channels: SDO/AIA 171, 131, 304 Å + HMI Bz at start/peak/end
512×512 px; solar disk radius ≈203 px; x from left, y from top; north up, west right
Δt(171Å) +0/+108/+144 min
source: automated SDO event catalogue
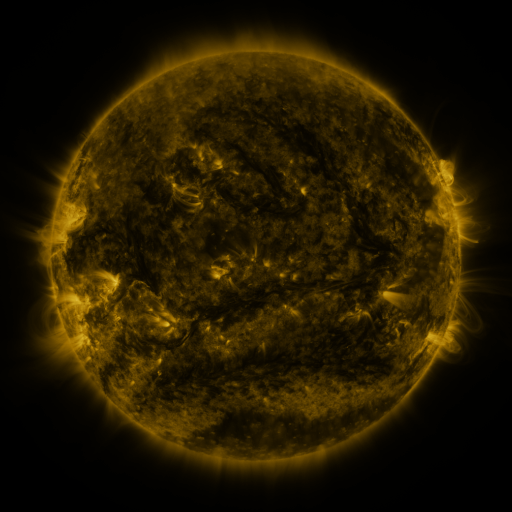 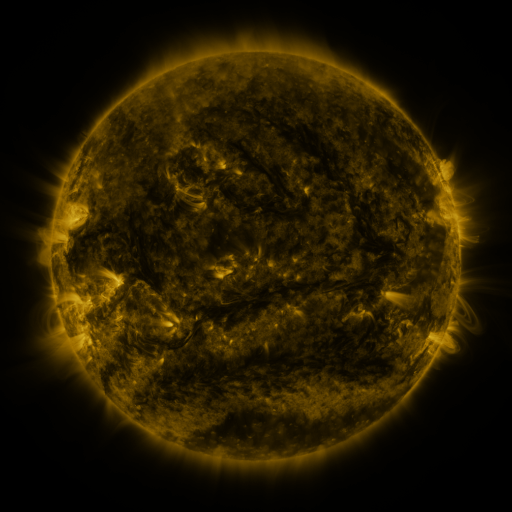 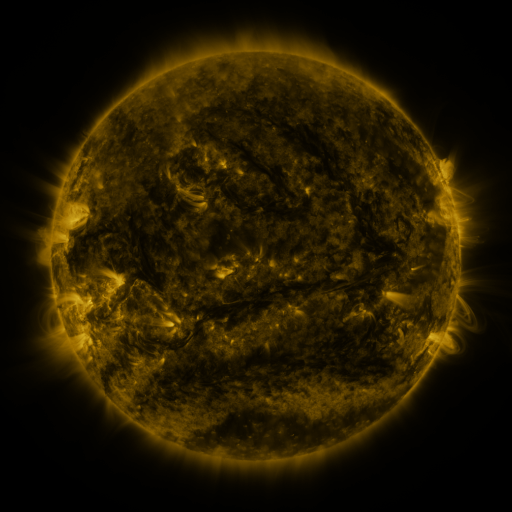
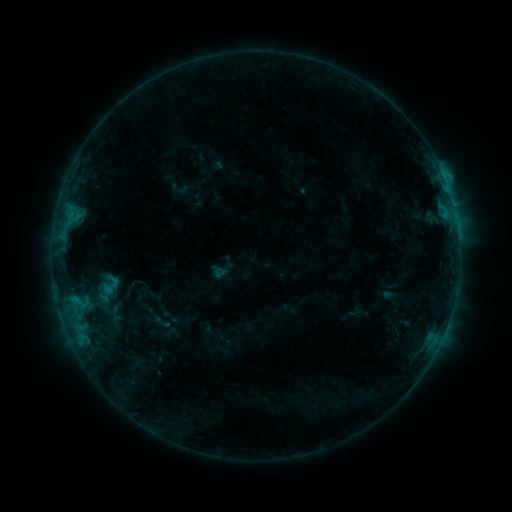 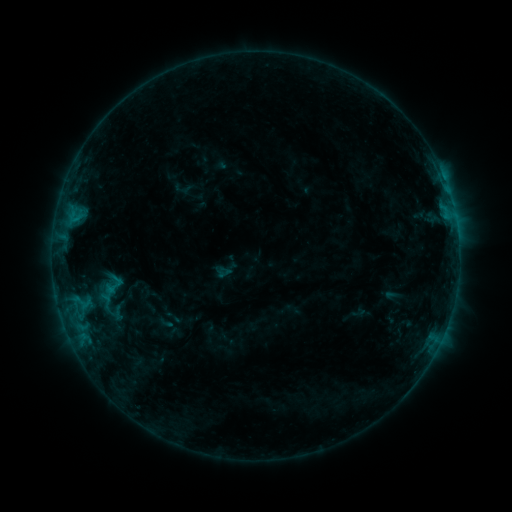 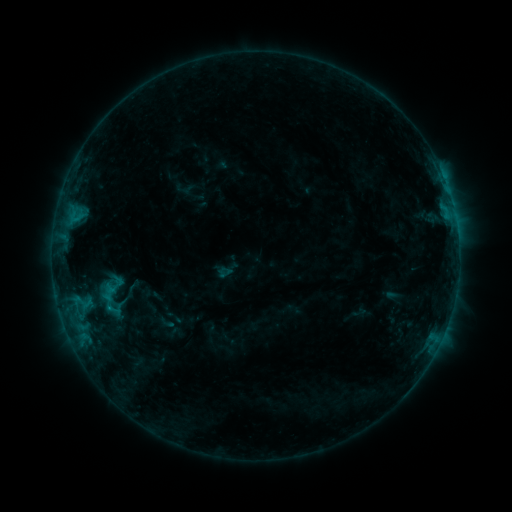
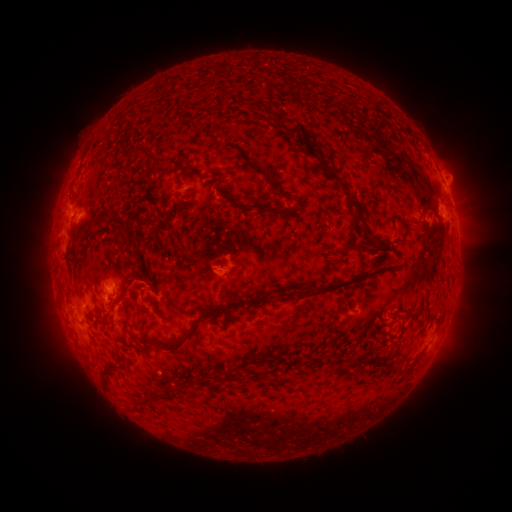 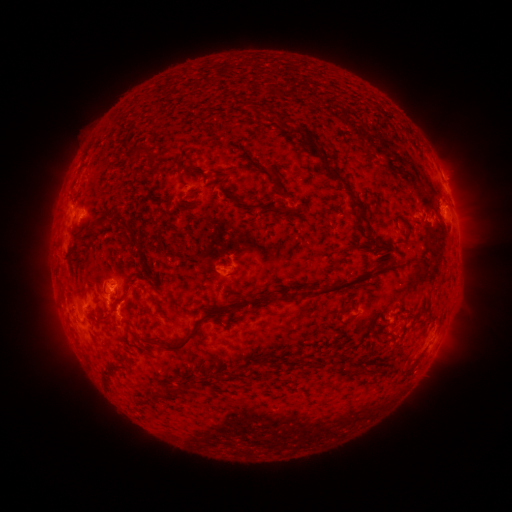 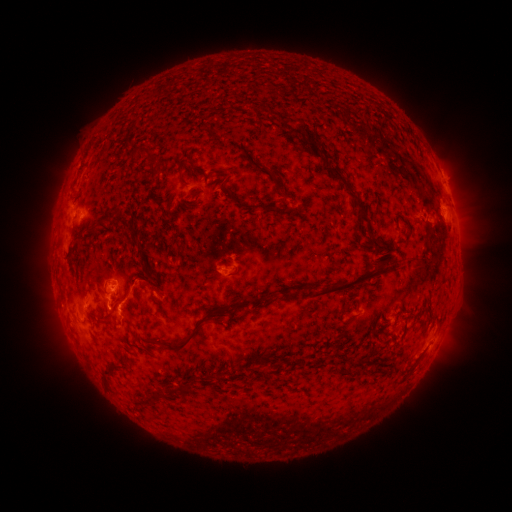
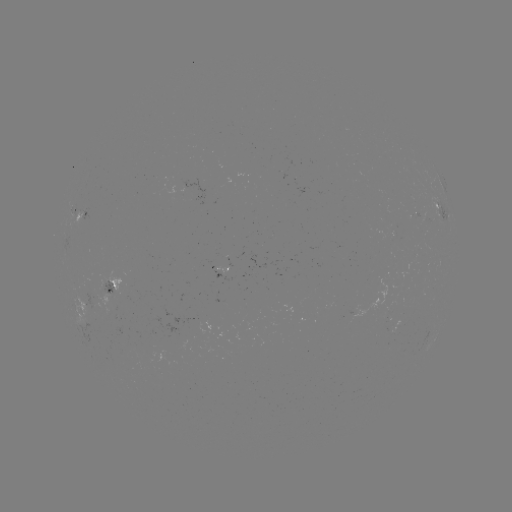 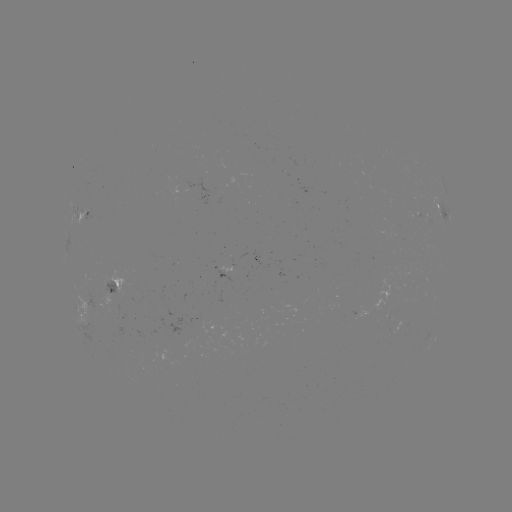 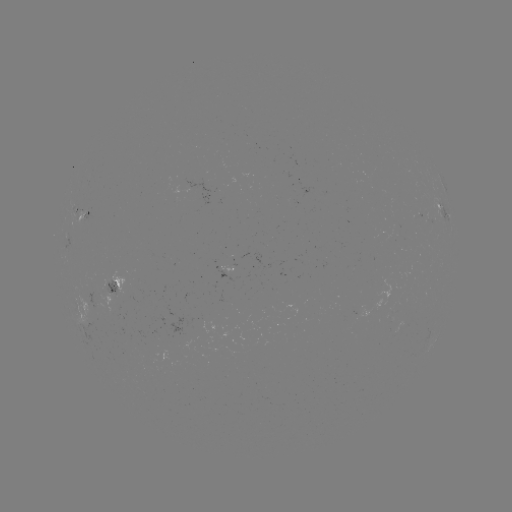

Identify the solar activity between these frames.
emerging-flux region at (419, 212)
